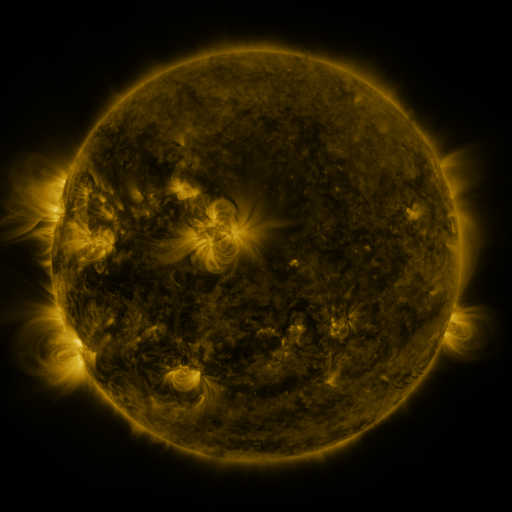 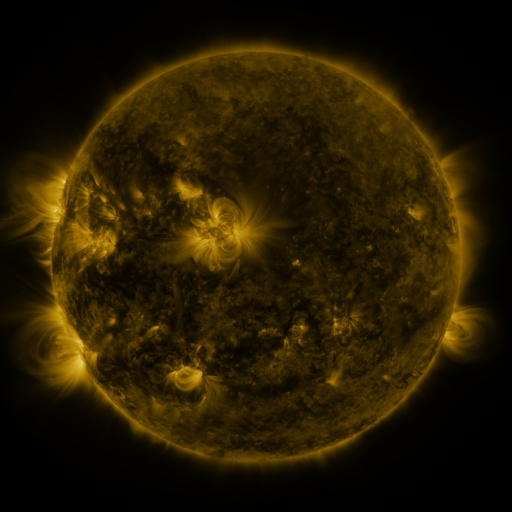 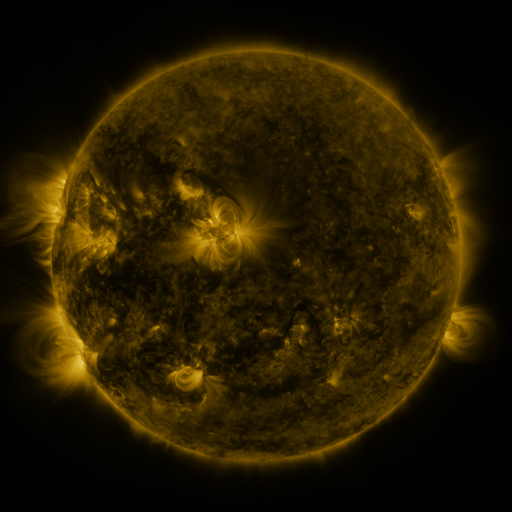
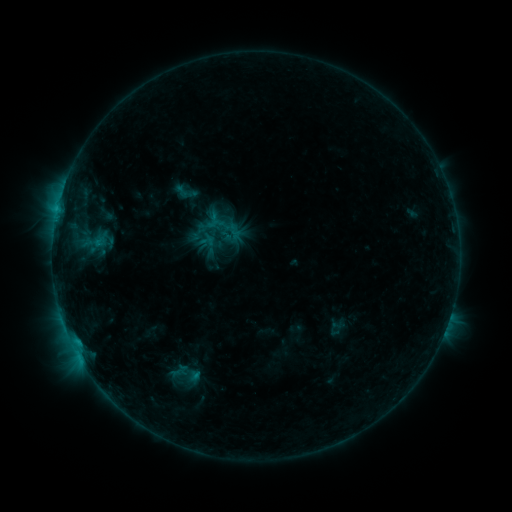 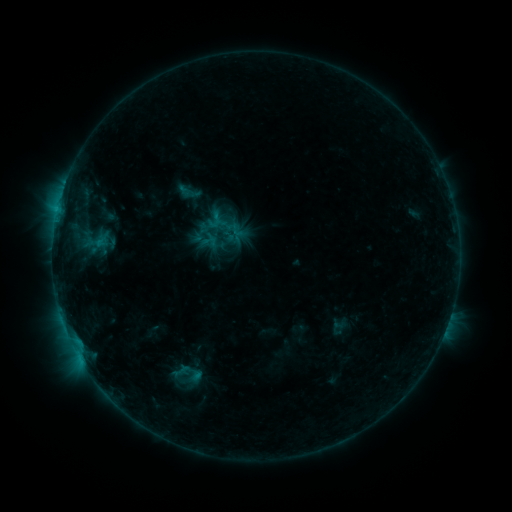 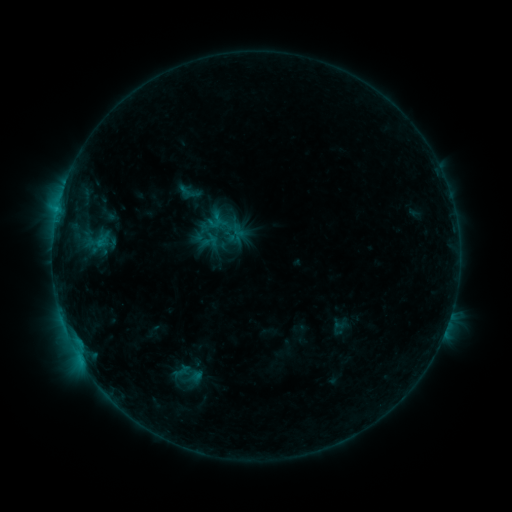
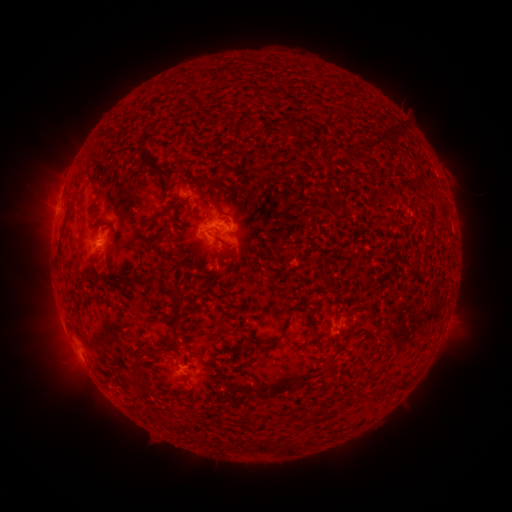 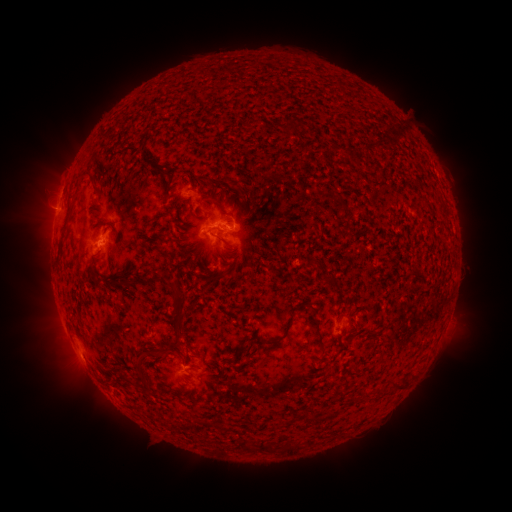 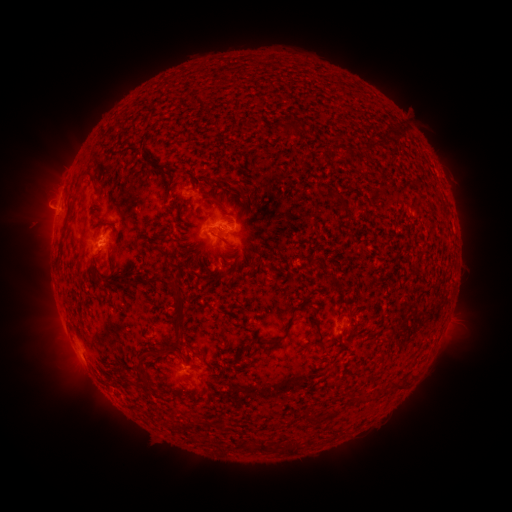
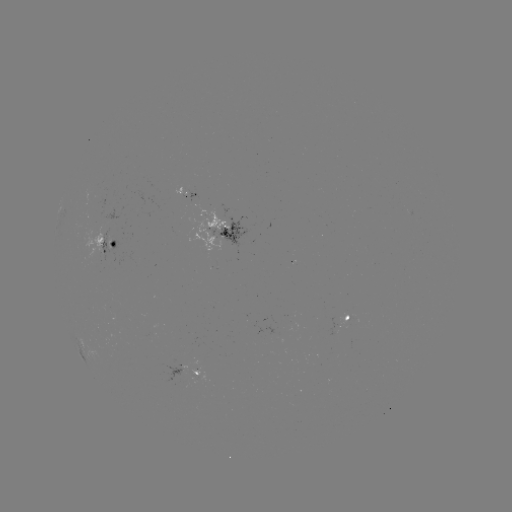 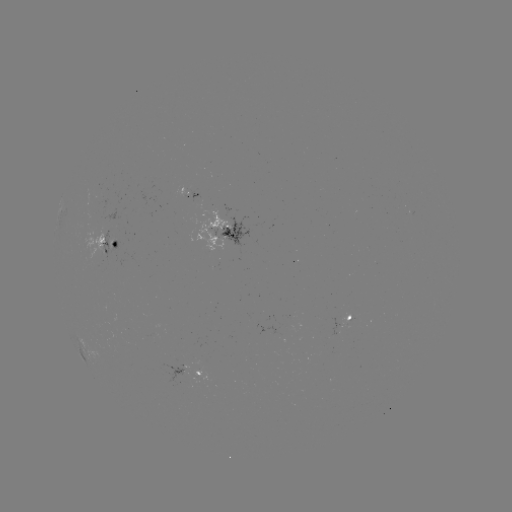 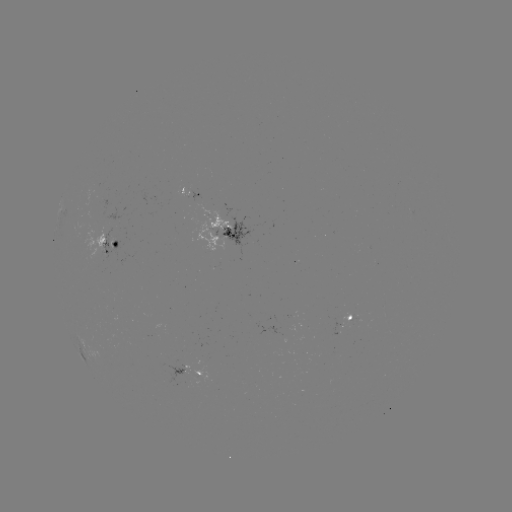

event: emerging-flux region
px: (154, 336)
